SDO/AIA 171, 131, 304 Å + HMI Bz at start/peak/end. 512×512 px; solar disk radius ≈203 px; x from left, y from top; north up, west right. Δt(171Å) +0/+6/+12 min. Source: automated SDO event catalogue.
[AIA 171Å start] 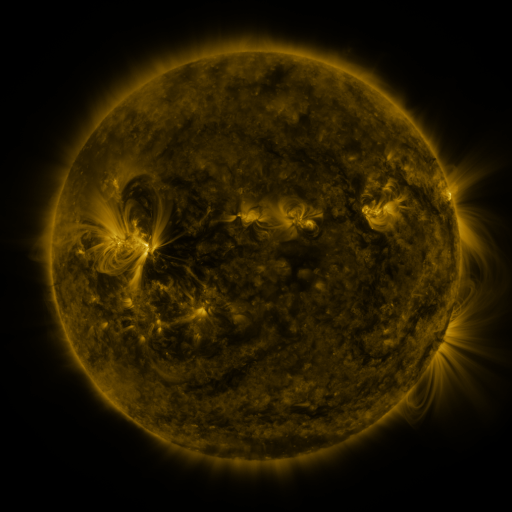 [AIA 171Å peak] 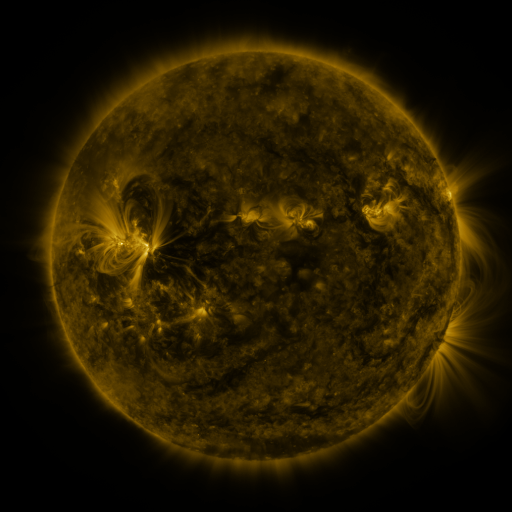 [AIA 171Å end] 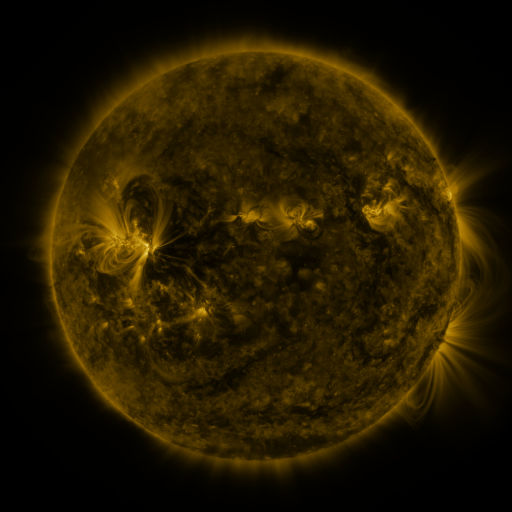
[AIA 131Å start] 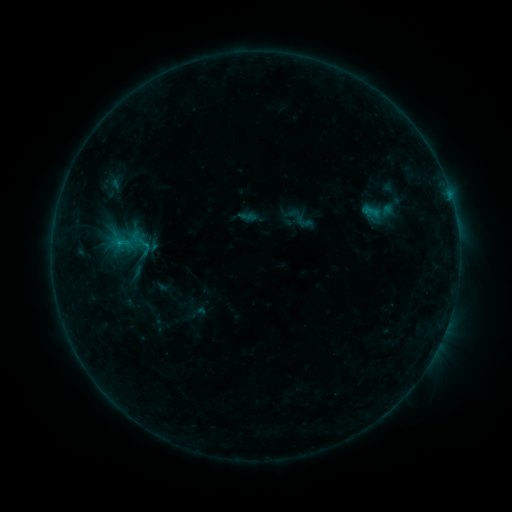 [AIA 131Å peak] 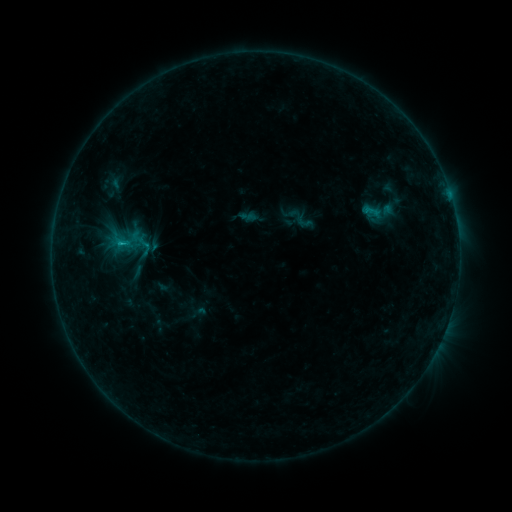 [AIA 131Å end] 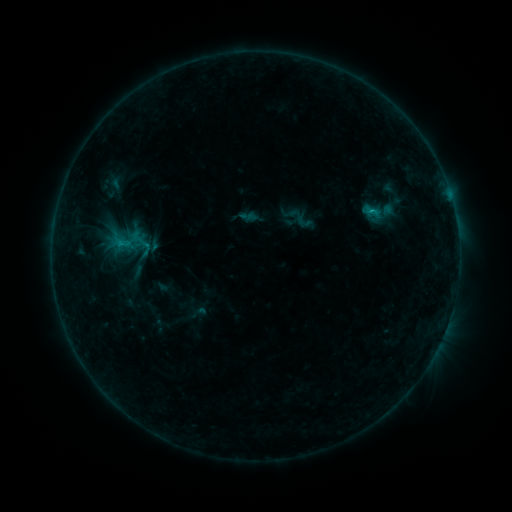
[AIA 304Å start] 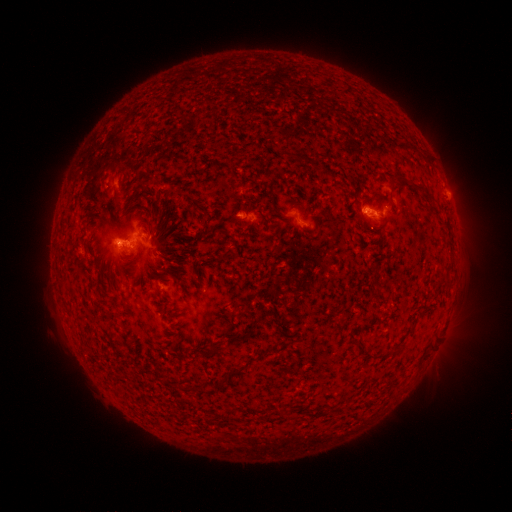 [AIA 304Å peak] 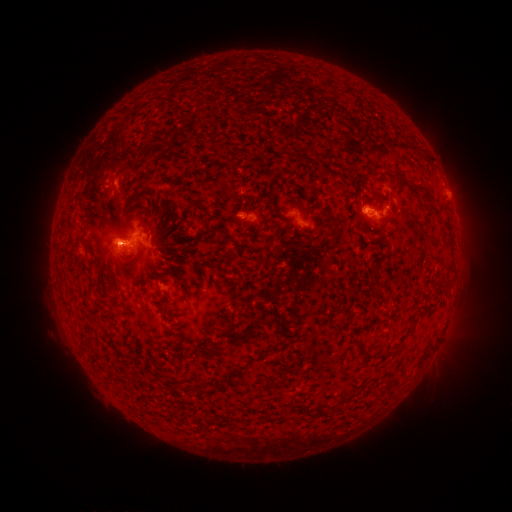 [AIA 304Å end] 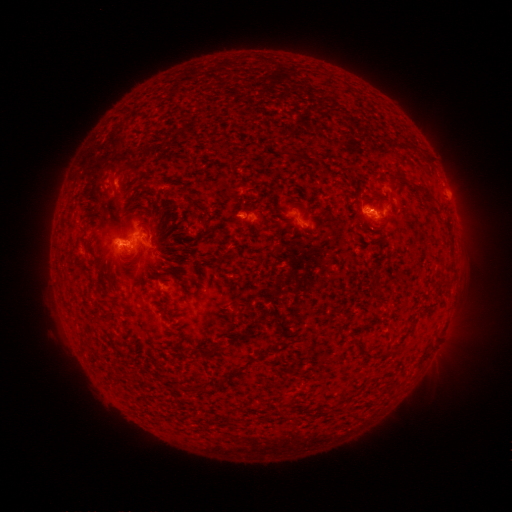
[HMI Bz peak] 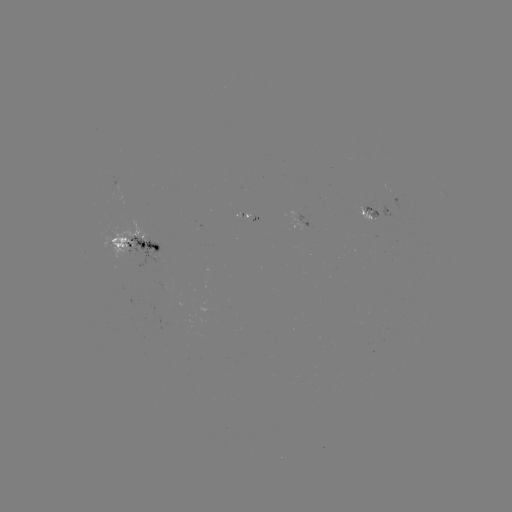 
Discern C1.0 flare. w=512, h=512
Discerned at (122, 246).